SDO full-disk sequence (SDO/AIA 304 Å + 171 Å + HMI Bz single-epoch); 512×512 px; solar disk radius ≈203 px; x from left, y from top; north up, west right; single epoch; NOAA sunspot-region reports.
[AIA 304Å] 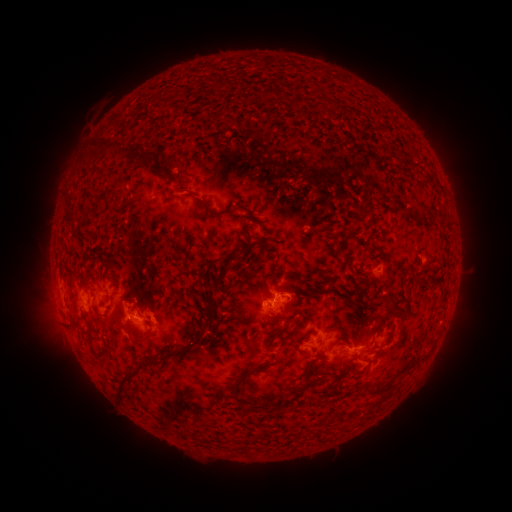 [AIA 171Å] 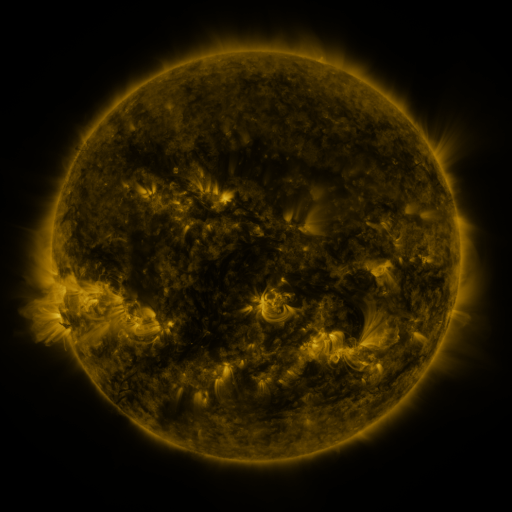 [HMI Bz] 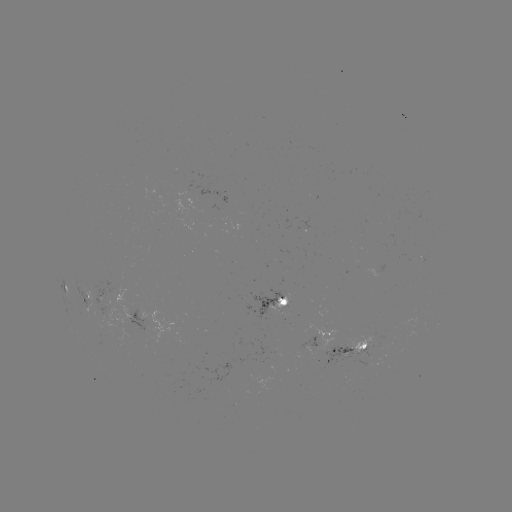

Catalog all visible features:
spotted active region: (372, 271)
spotted active region: (63, 287)
spotted active region: (86, 296)
spotted active region: (280, 304)
spotted active region: (153, 321)
spotted active region: (319, 336)
spotted active region: (354, 347)
